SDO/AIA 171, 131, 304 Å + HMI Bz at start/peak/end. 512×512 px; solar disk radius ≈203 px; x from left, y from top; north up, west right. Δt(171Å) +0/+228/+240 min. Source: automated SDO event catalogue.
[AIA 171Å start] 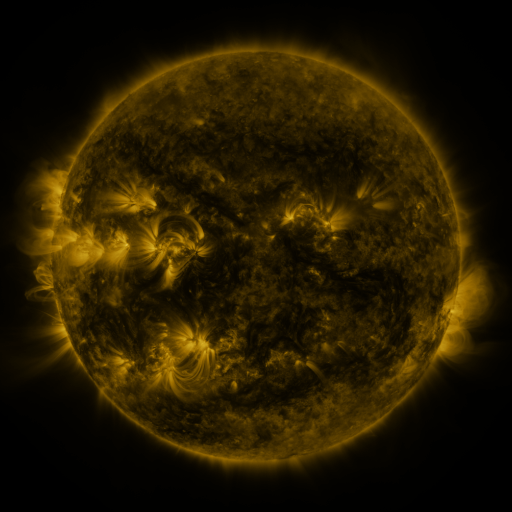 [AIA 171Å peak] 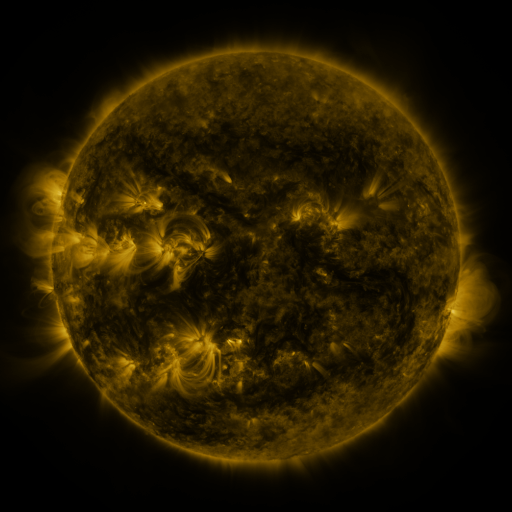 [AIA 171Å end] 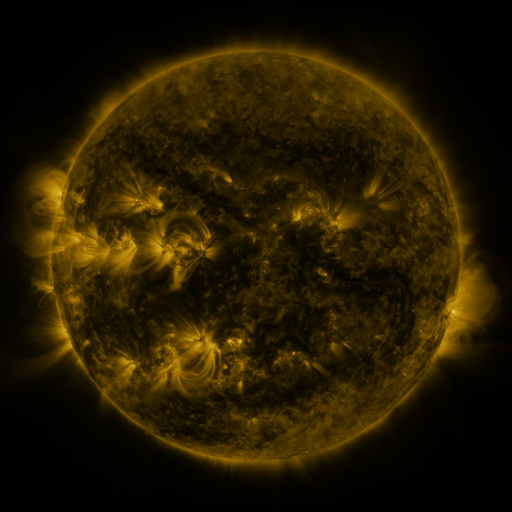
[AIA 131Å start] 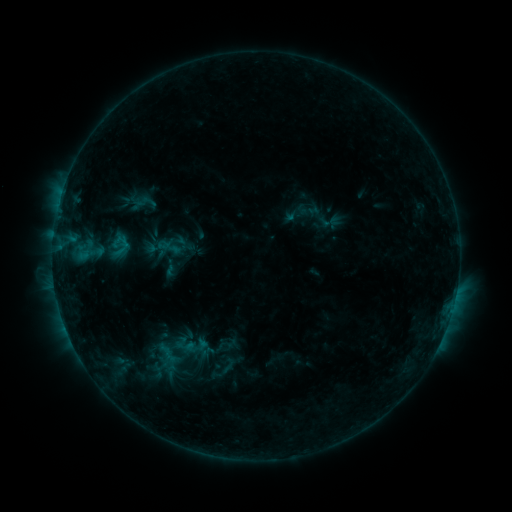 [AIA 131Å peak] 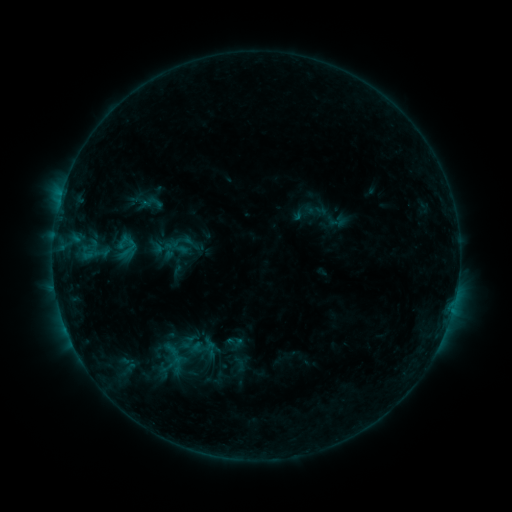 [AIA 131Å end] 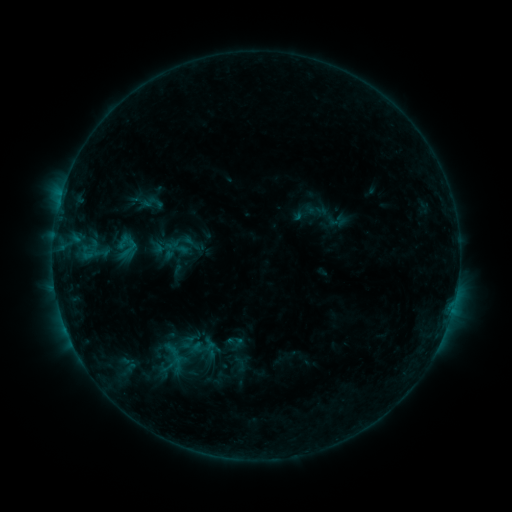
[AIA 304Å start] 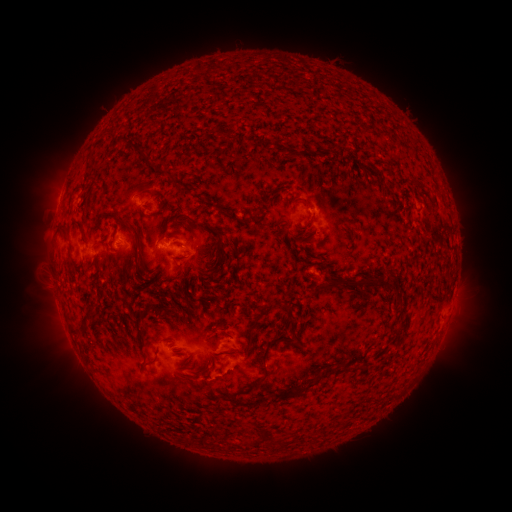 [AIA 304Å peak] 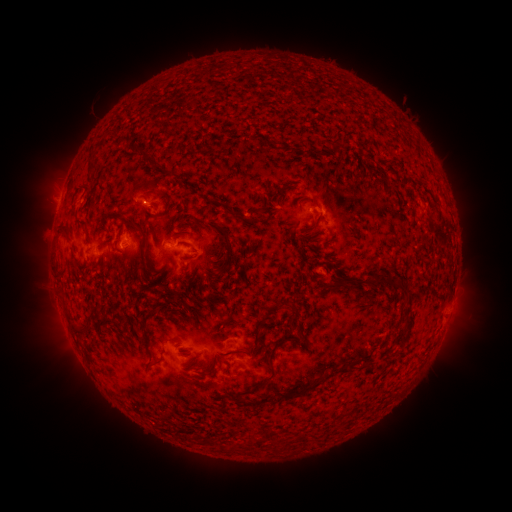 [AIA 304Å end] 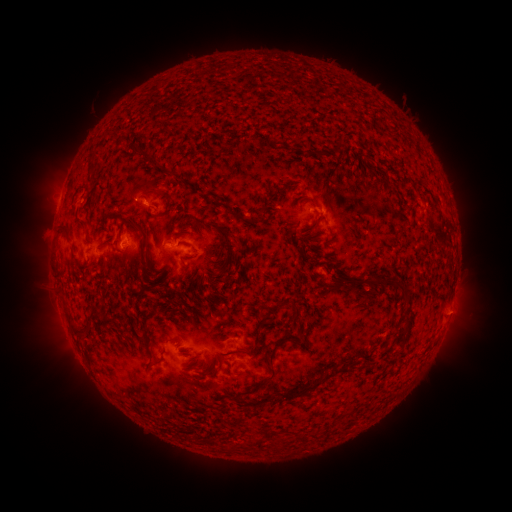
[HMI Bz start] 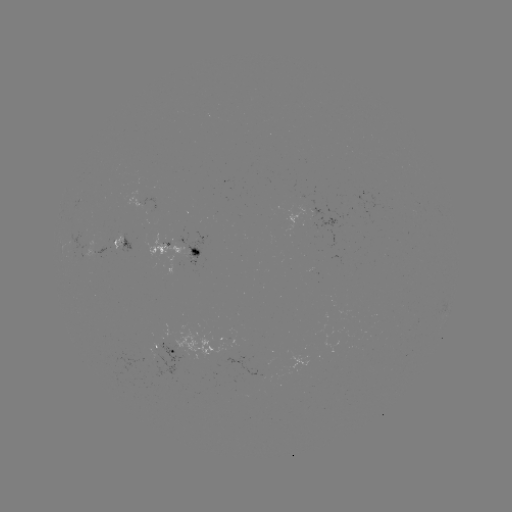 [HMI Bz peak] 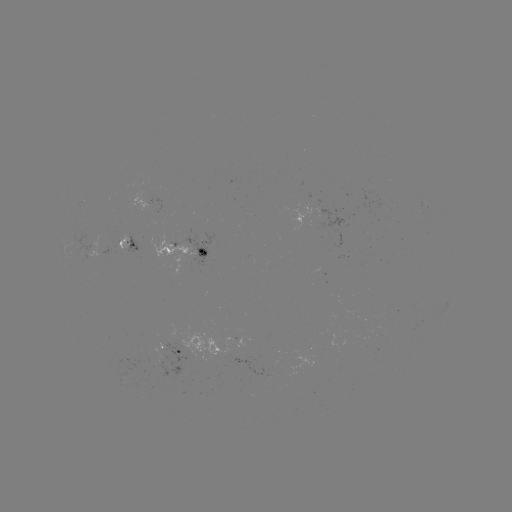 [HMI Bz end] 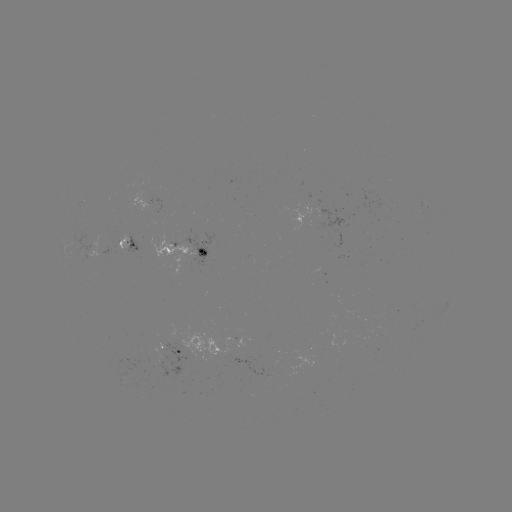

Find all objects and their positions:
emerging-flux region: (118, 241)
